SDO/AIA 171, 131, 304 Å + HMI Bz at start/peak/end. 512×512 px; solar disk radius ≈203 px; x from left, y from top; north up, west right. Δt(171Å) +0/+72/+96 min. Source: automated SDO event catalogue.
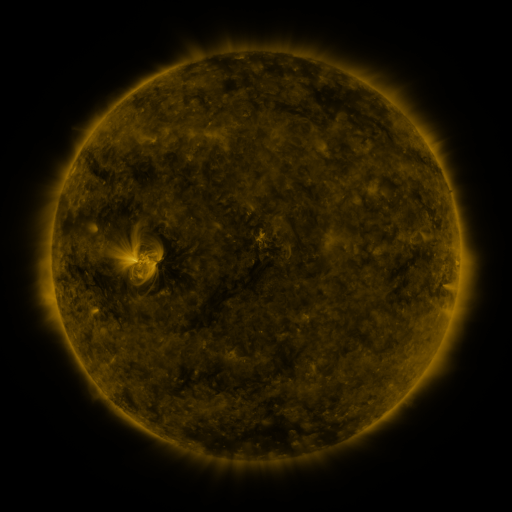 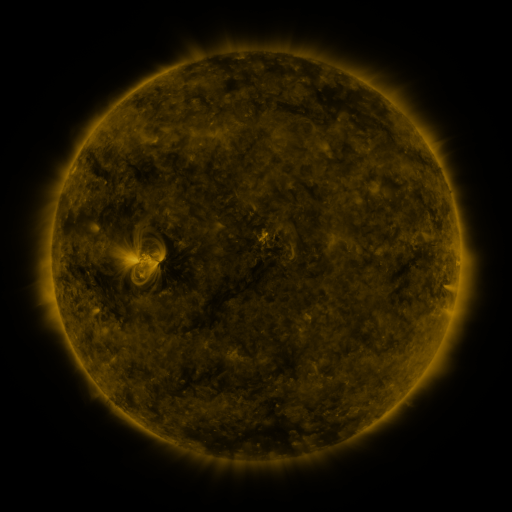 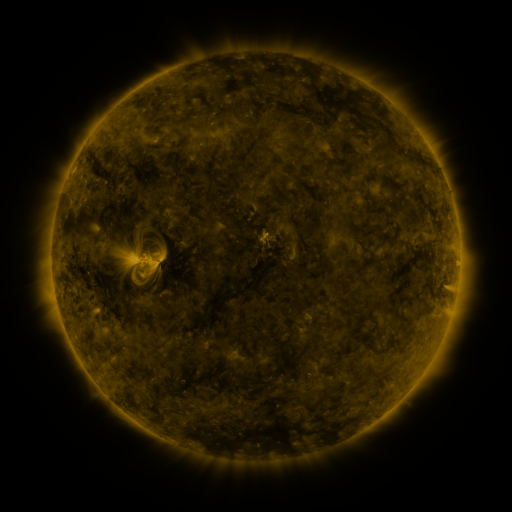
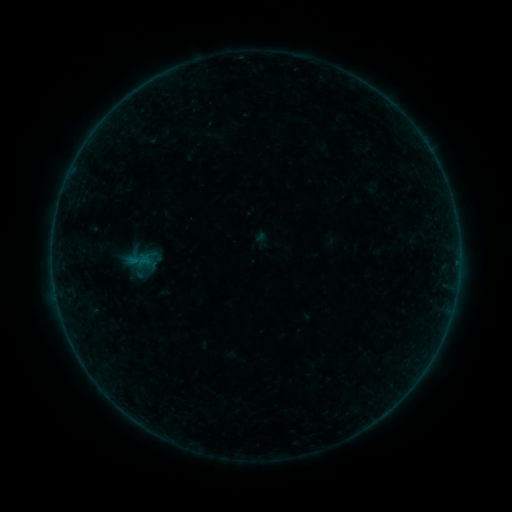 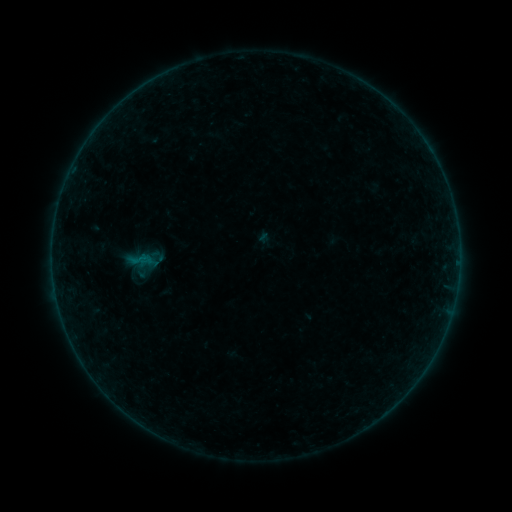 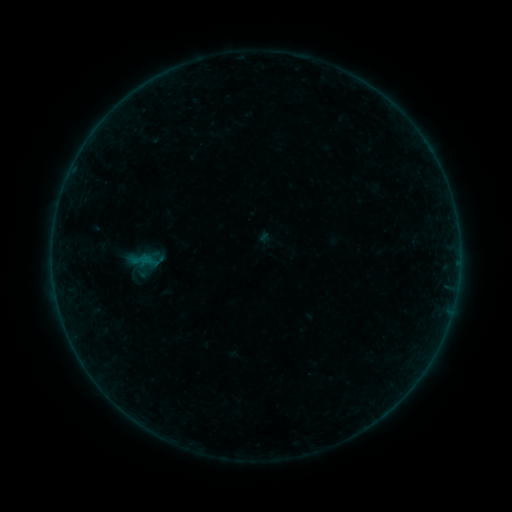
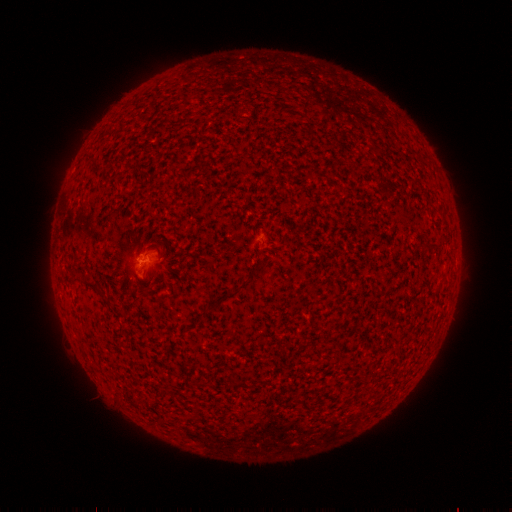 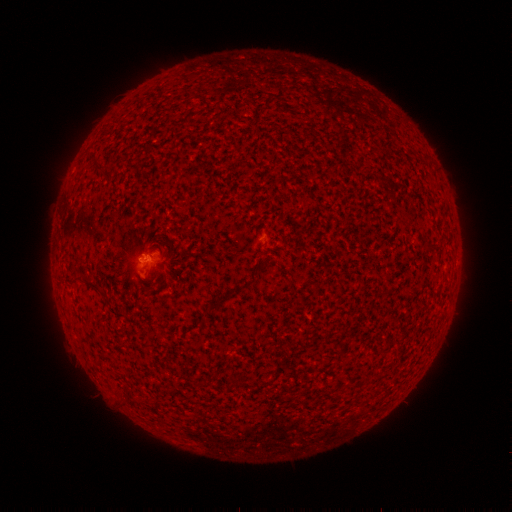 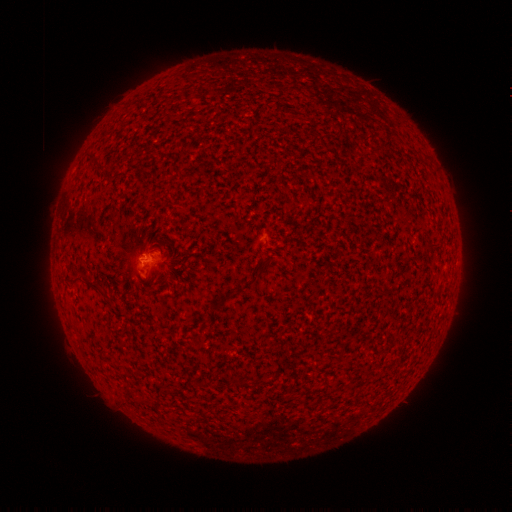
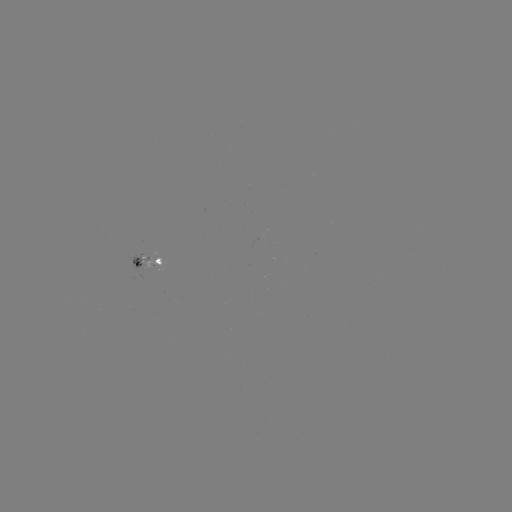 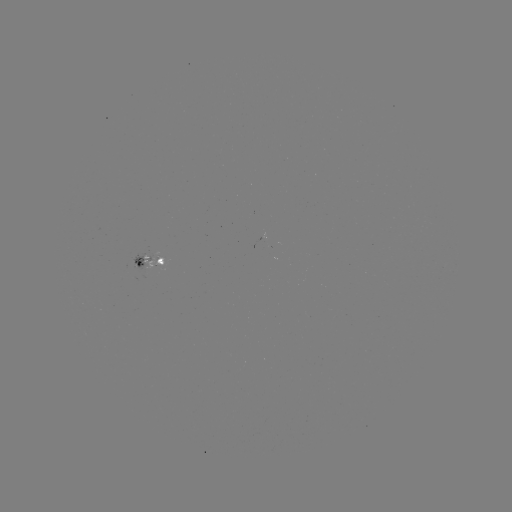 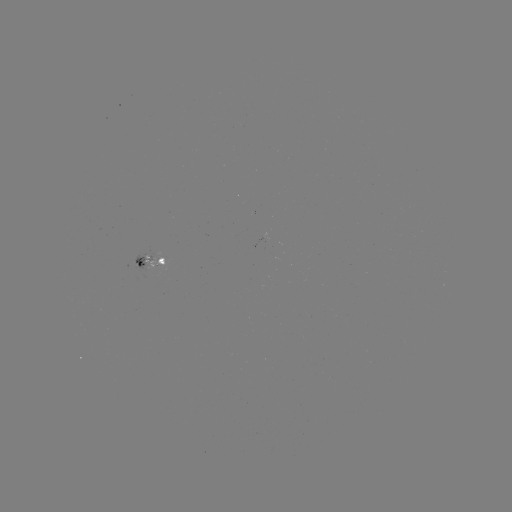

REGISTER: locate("emerging-flux region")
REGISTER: [150, 270]